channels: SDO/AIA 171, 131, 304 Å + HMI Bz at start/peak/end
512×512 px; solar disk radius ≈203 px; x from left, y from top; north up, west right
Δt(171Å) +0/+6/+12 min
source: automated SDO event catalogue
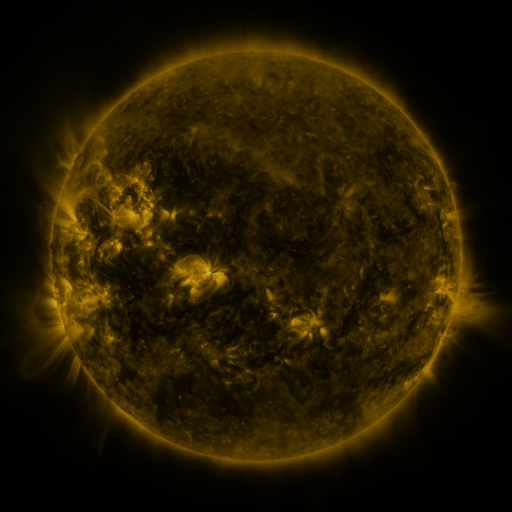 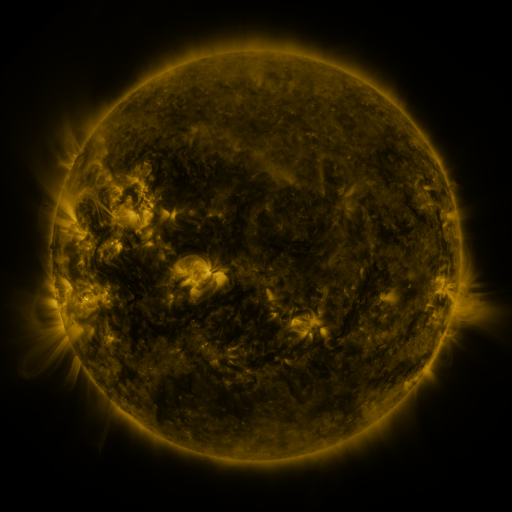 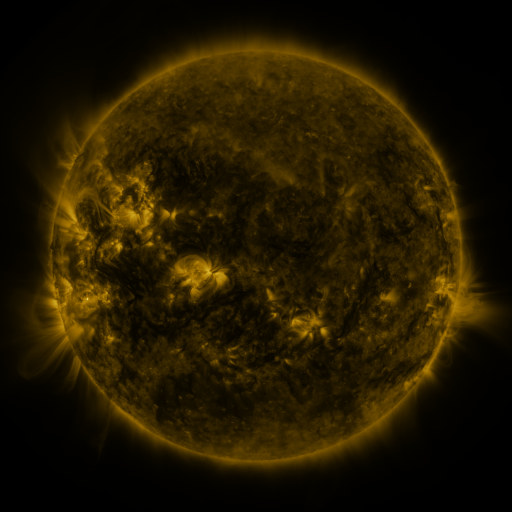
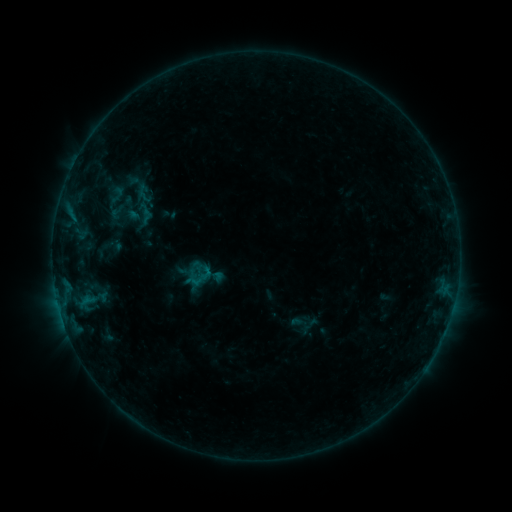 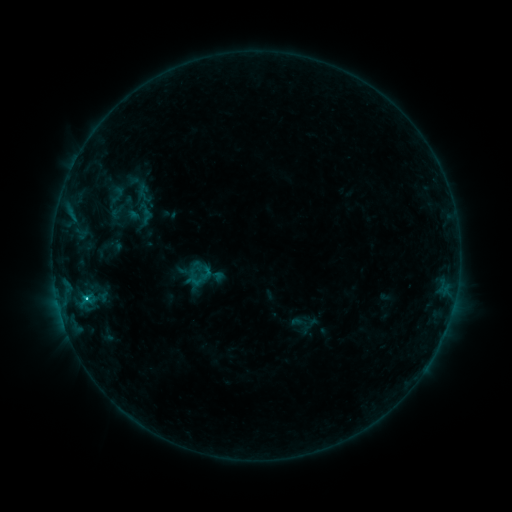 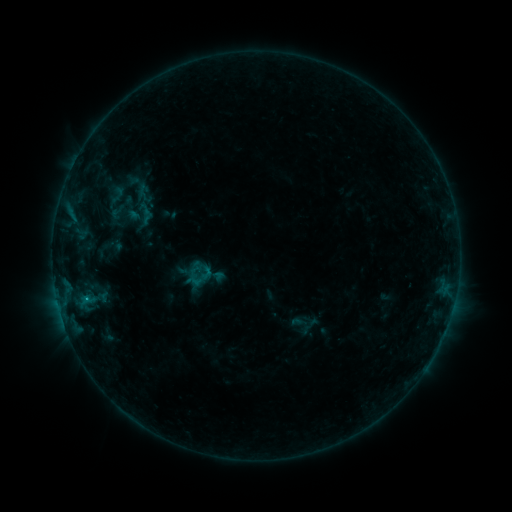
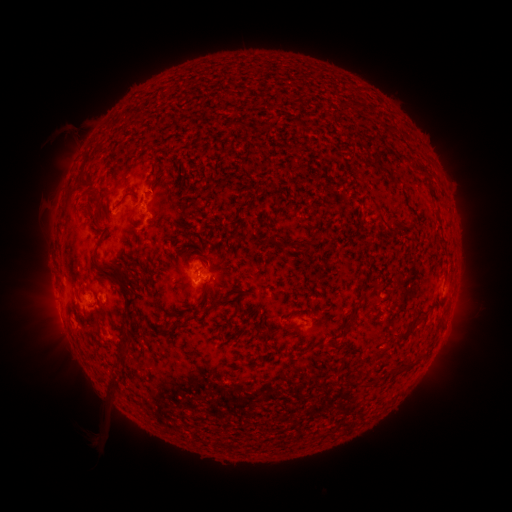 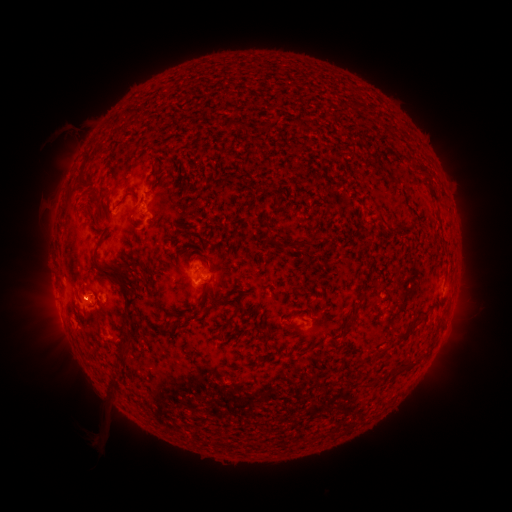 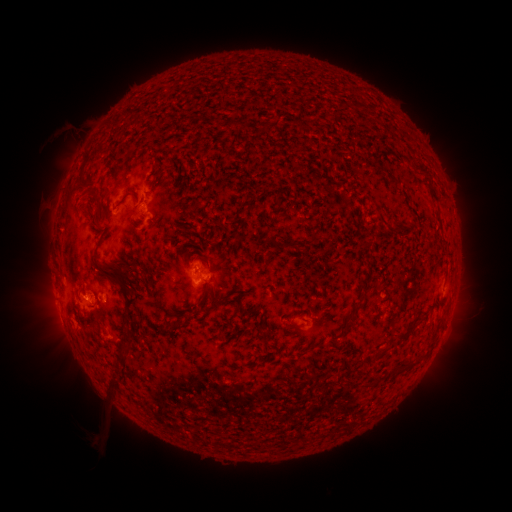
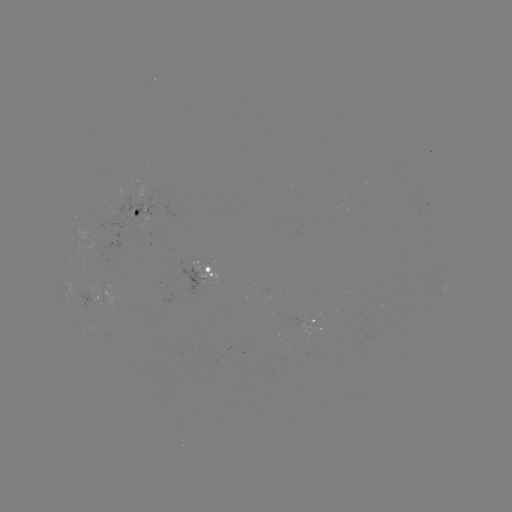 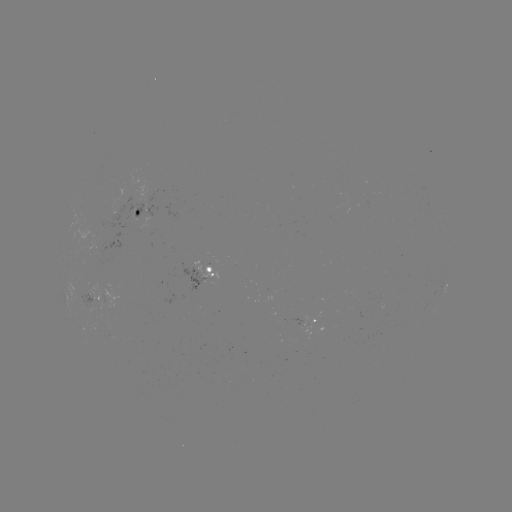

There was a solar flare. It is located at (89, 301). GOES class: B8.5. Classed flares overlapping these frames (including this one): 1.